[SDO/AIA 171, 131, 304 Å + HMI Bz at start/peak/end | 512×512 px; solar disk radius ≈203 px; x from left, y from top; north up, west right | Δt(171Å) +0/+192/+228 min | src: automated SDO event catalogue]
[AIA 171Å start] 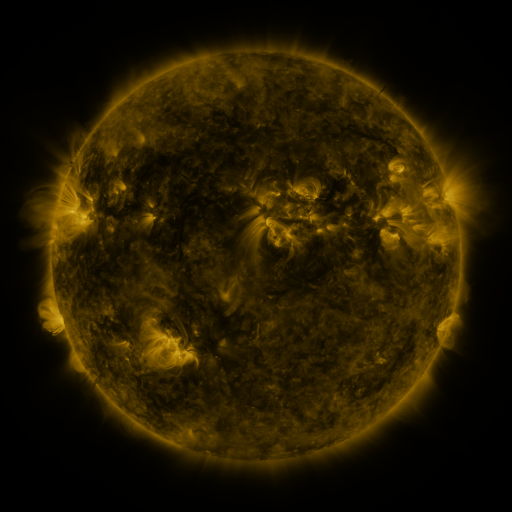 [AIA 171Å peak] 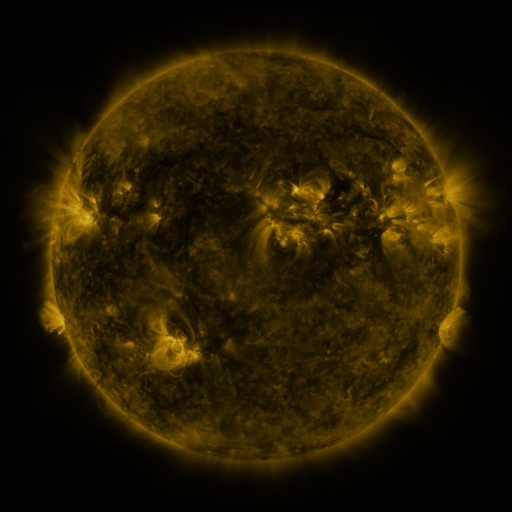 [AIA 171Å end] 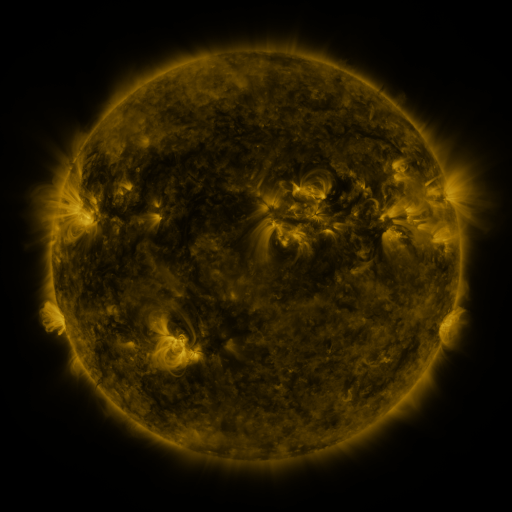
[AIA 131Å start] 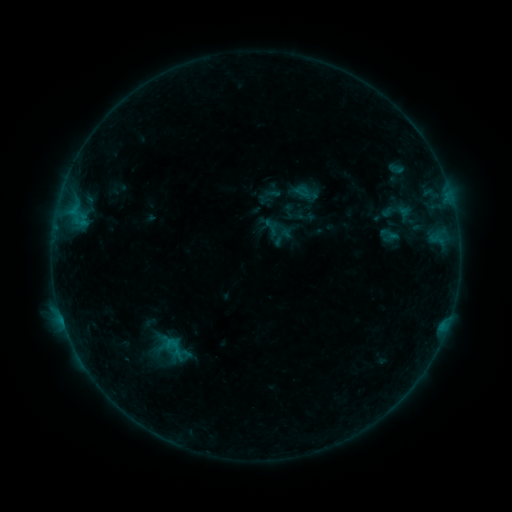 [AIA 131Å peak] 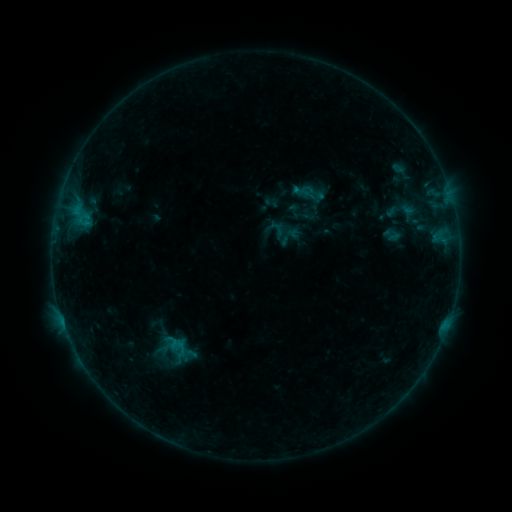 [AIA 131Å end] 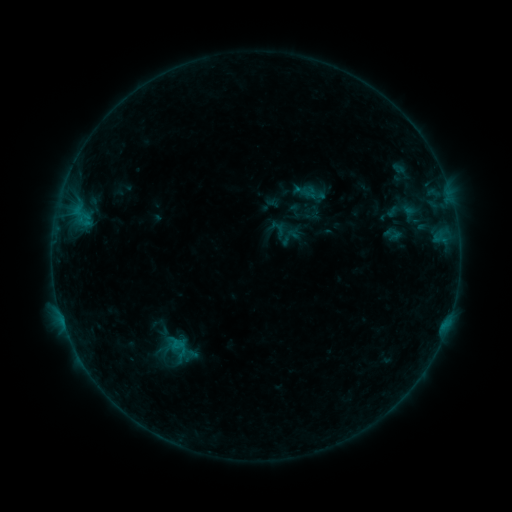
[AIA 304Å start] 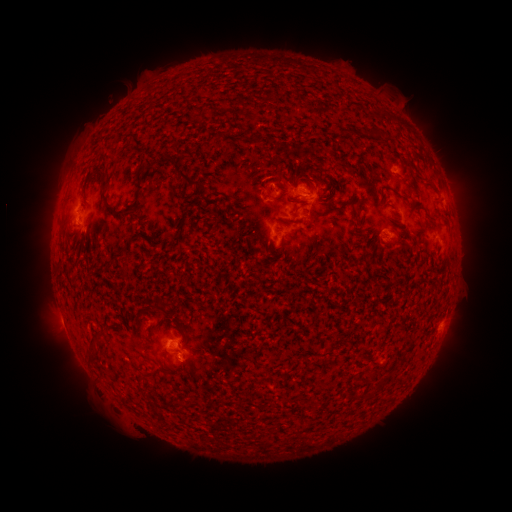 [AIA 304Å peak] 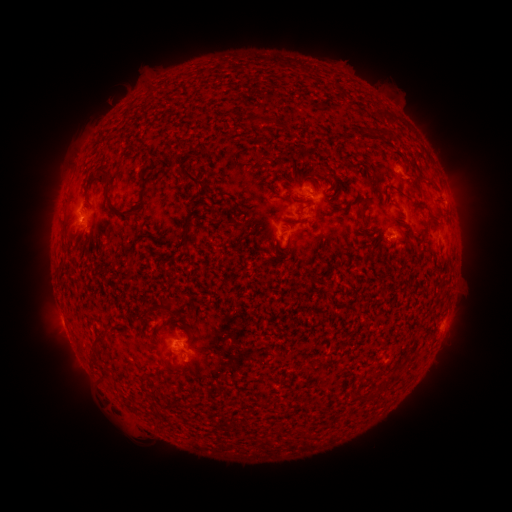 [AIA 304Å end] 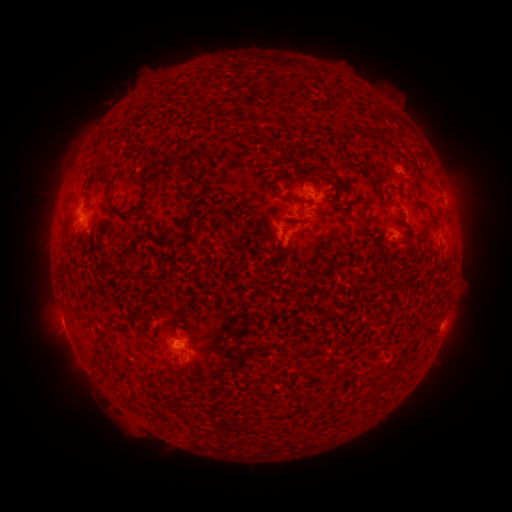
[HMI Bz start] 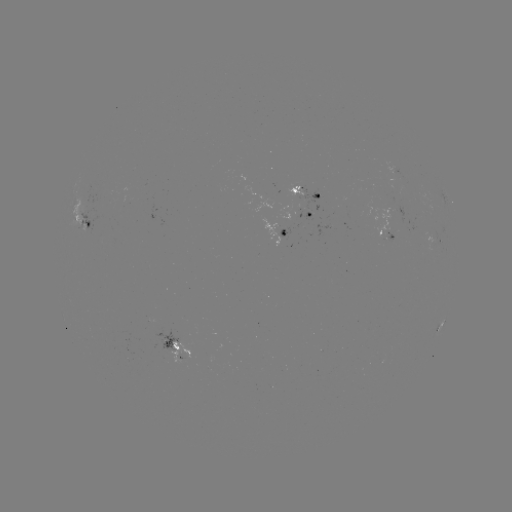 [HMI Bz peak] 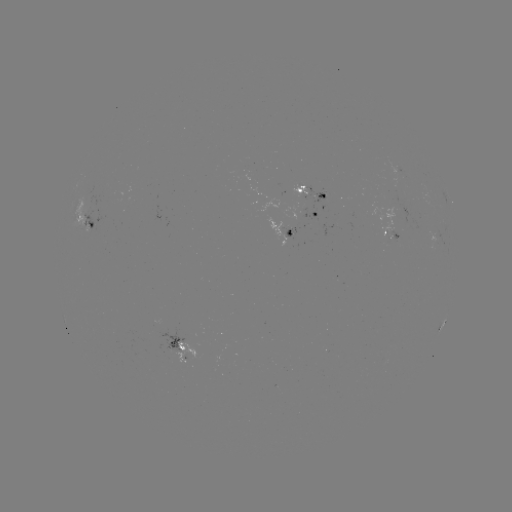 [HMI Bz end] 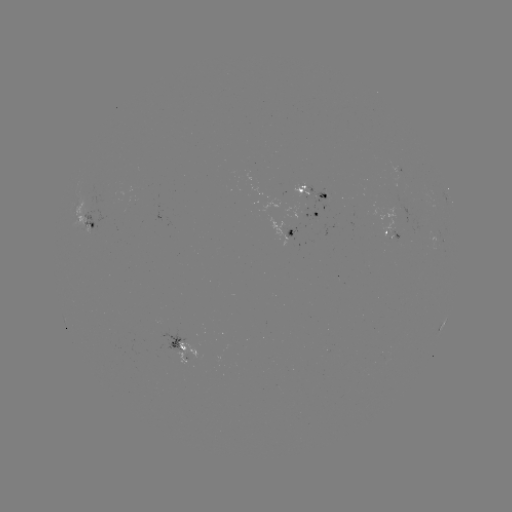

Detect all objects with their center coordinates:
emerging-flux region: (302, 193)
